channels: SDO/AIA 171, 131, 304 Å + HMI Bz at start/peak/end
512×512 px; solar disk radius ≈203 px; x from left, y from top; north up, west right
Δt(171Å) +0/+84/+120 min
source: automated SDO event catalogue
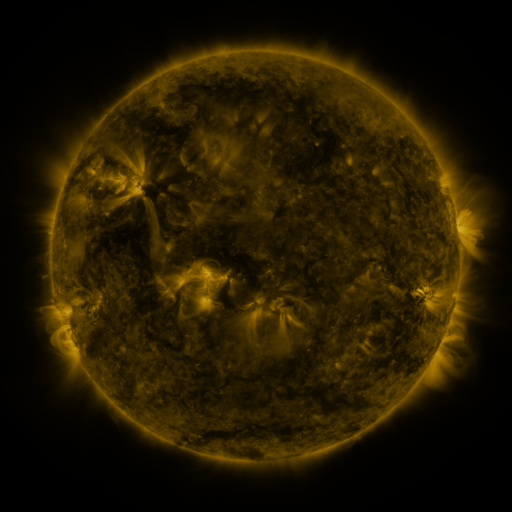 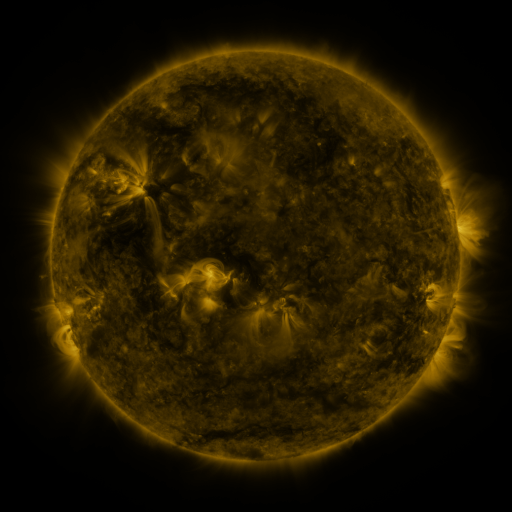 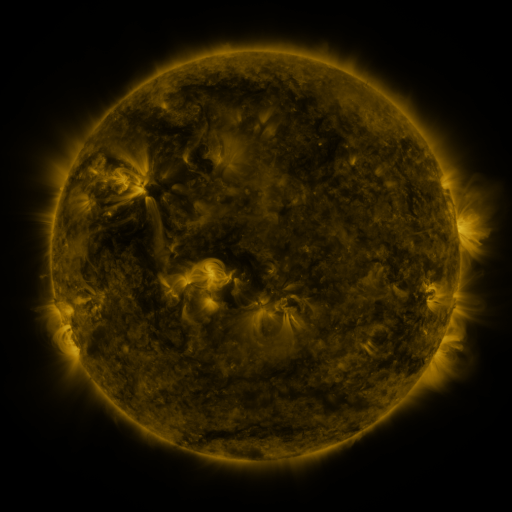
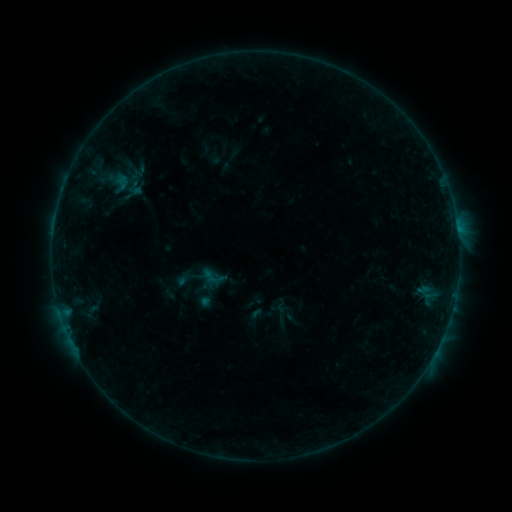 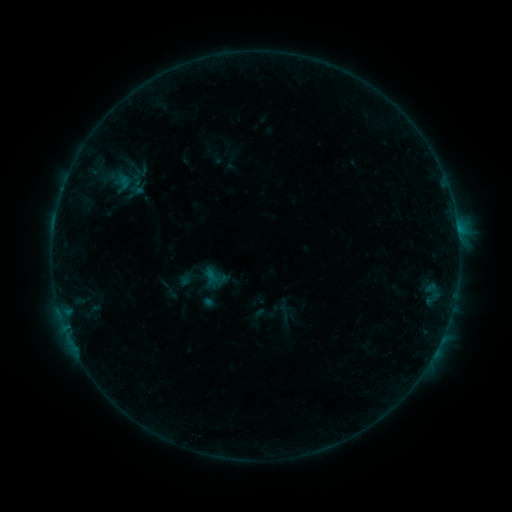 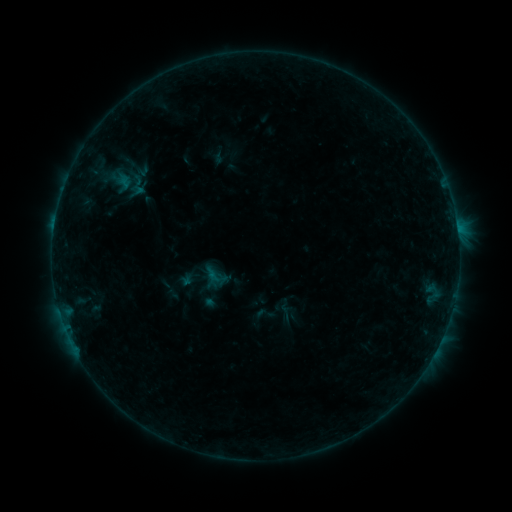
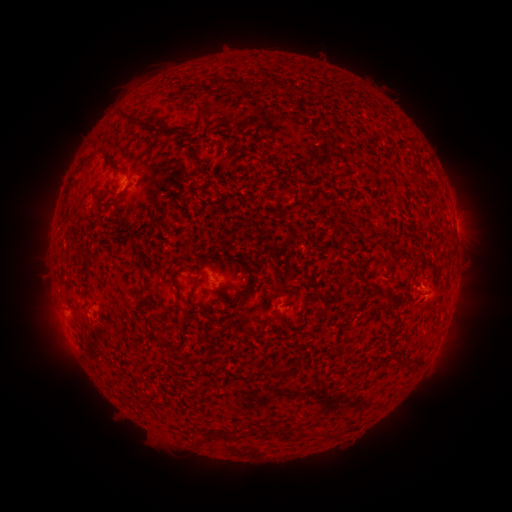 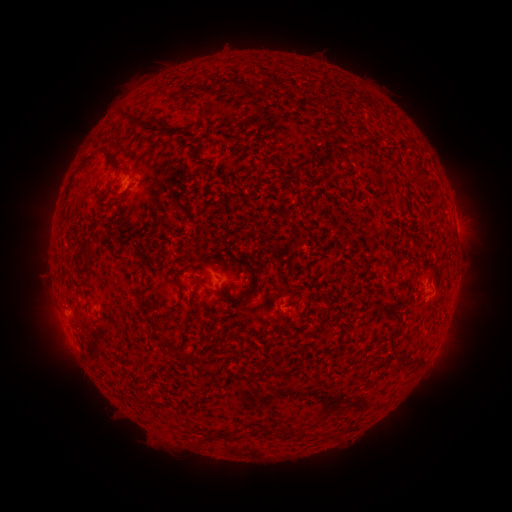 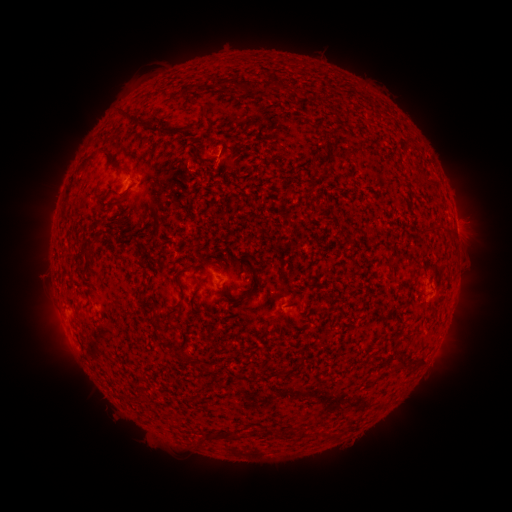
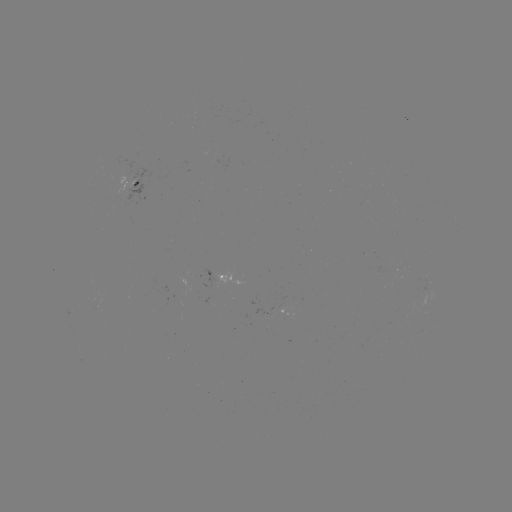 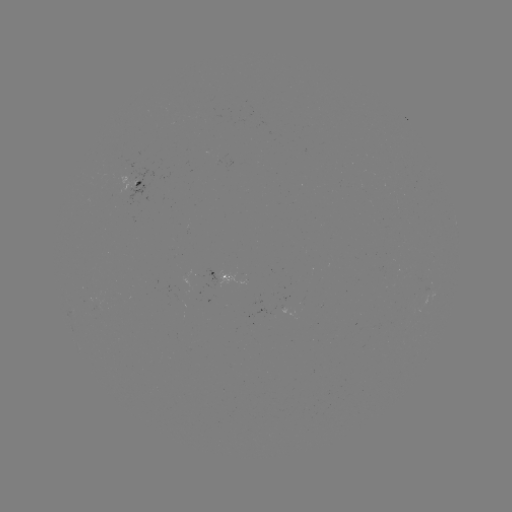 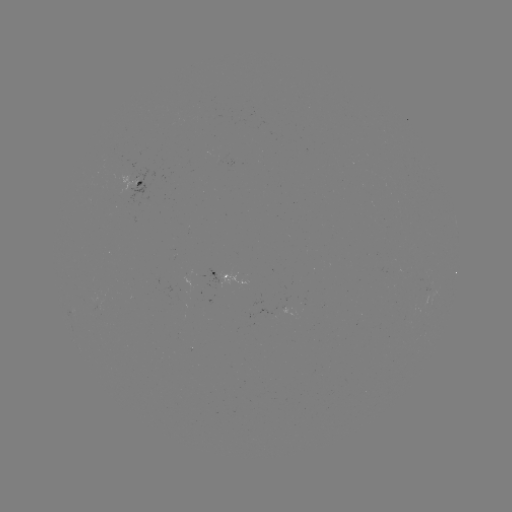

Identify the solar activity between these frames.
emerging-flux region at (94, 302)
